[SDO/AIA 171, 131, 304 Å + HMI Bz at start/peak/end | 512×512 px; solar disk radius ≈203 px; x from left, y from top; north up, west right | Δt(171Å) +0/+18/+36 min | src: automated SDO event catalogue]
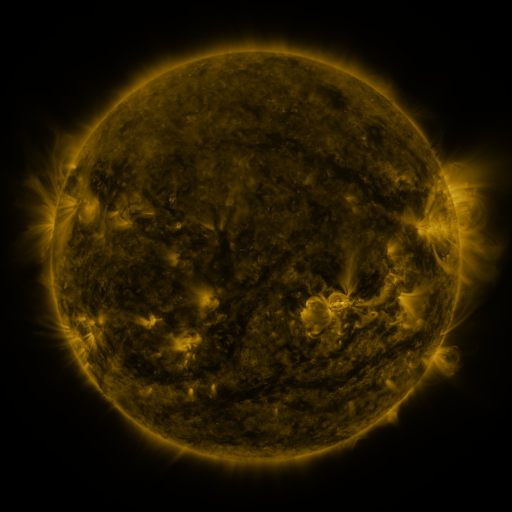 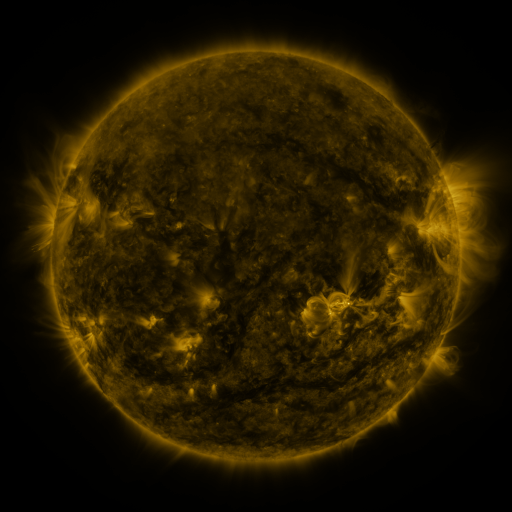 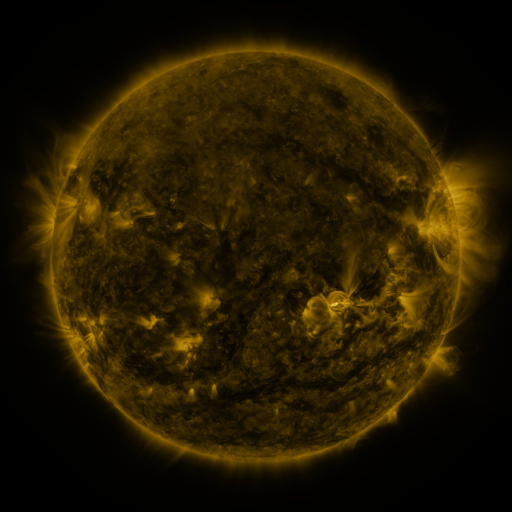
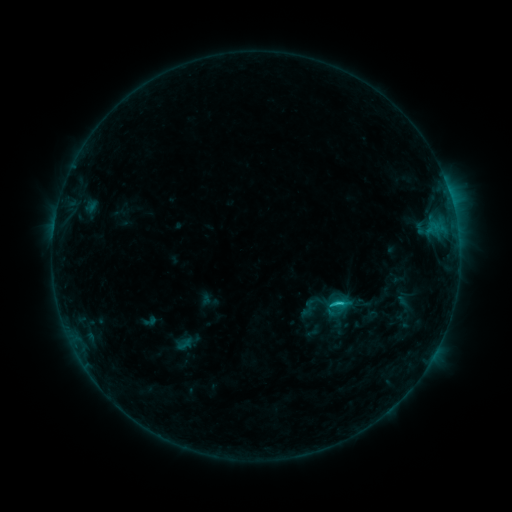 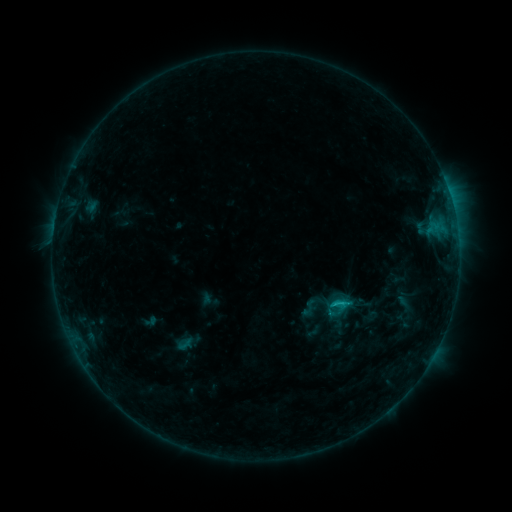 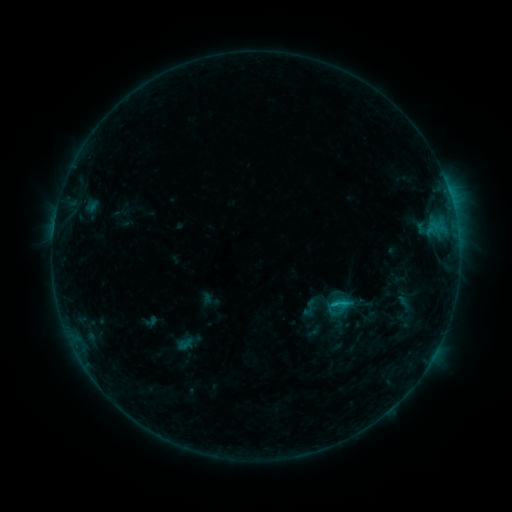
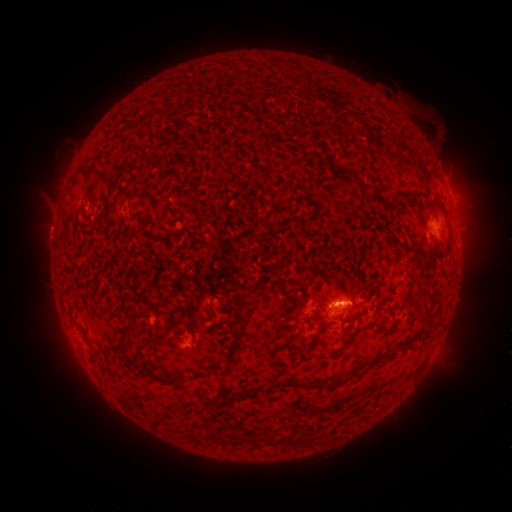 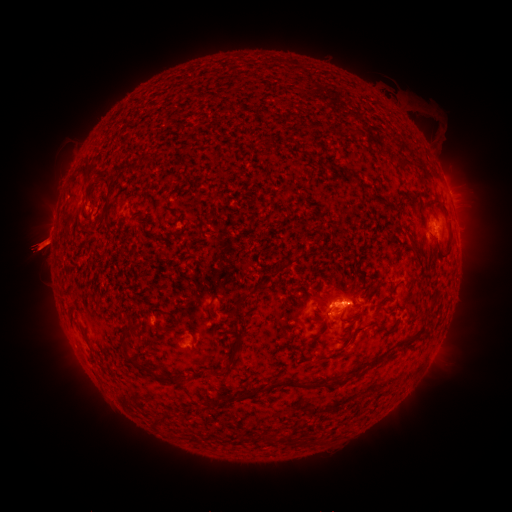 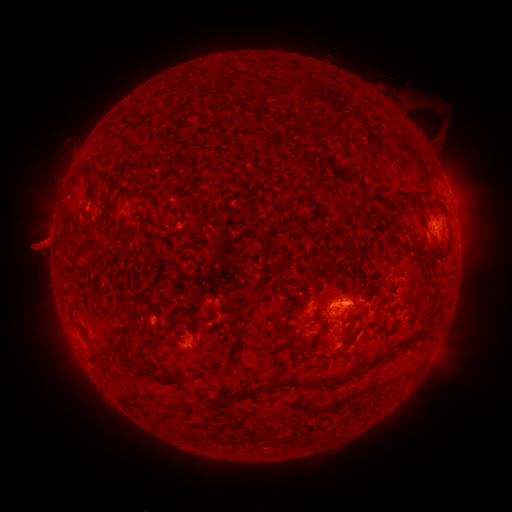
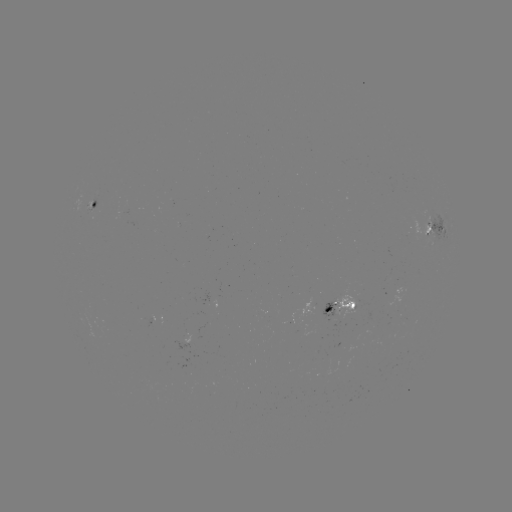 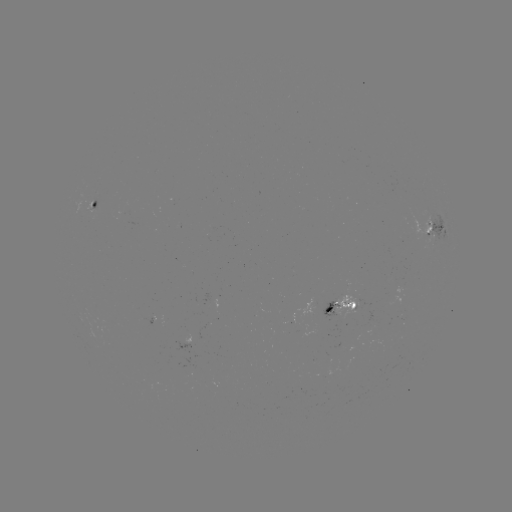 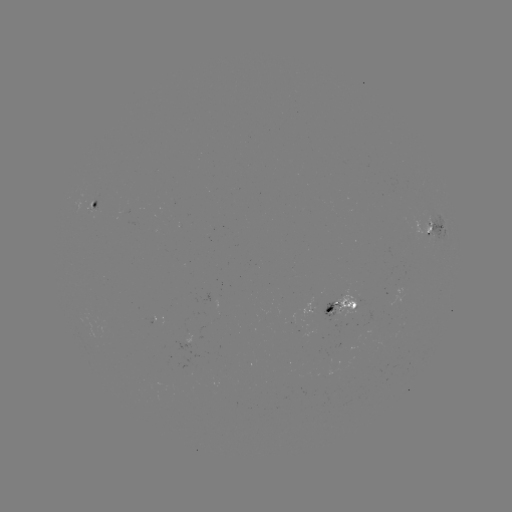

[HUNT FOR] eruption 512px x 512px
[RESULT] [39, 245]